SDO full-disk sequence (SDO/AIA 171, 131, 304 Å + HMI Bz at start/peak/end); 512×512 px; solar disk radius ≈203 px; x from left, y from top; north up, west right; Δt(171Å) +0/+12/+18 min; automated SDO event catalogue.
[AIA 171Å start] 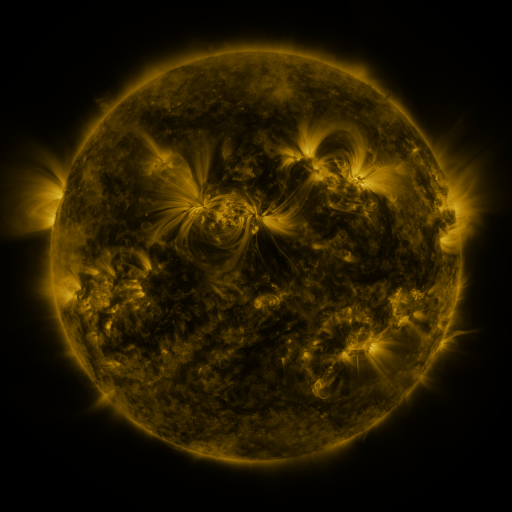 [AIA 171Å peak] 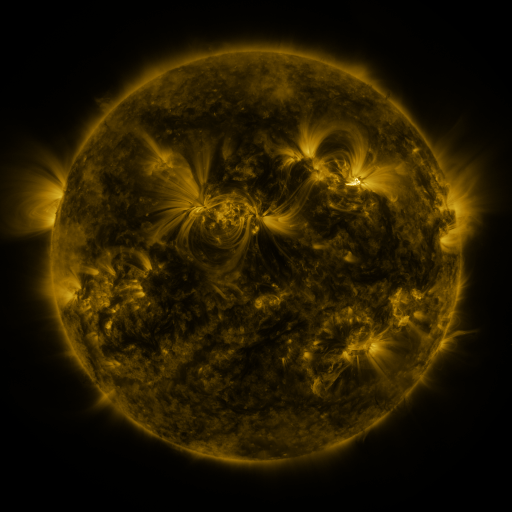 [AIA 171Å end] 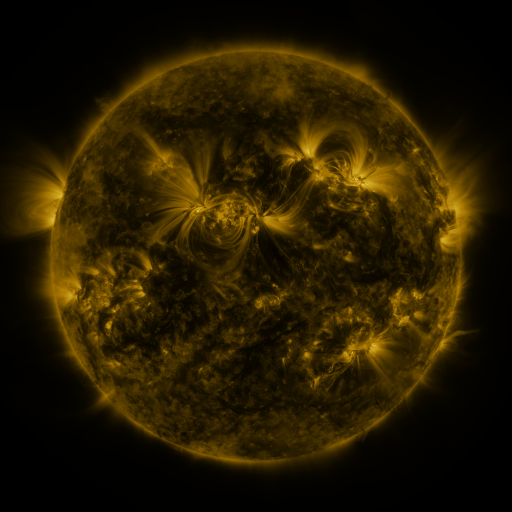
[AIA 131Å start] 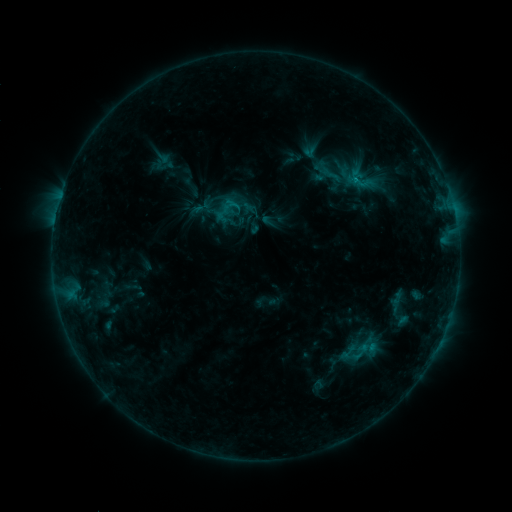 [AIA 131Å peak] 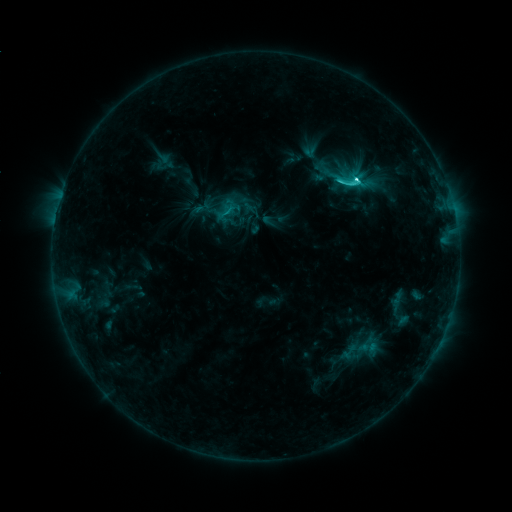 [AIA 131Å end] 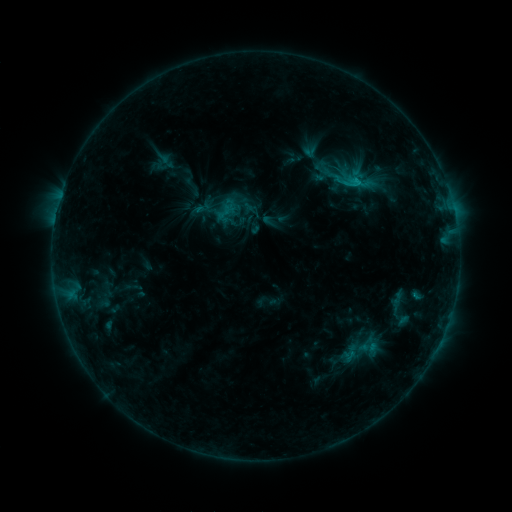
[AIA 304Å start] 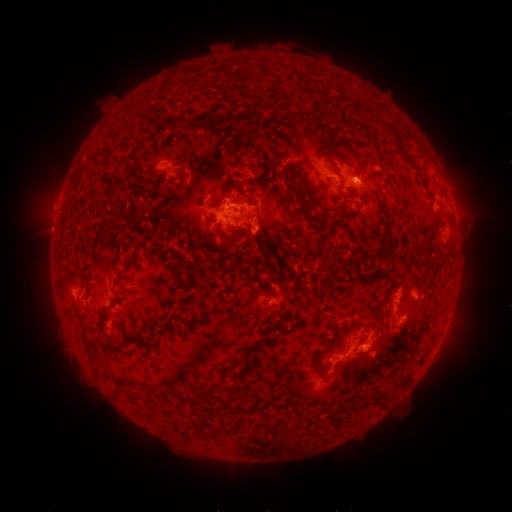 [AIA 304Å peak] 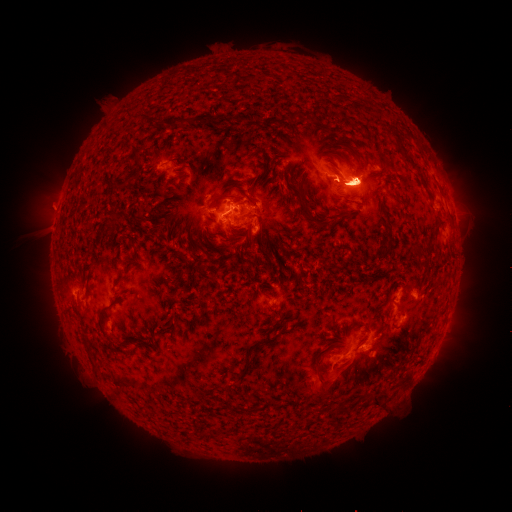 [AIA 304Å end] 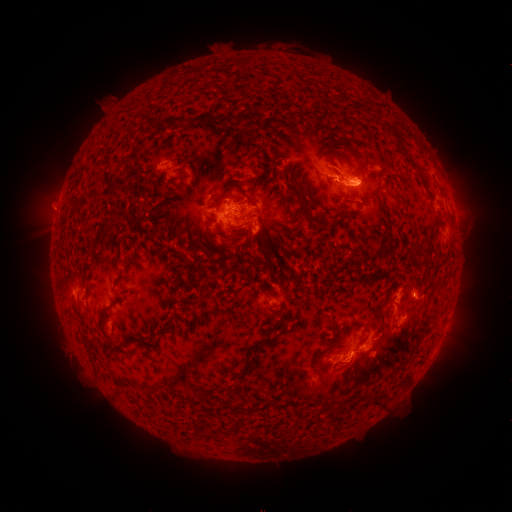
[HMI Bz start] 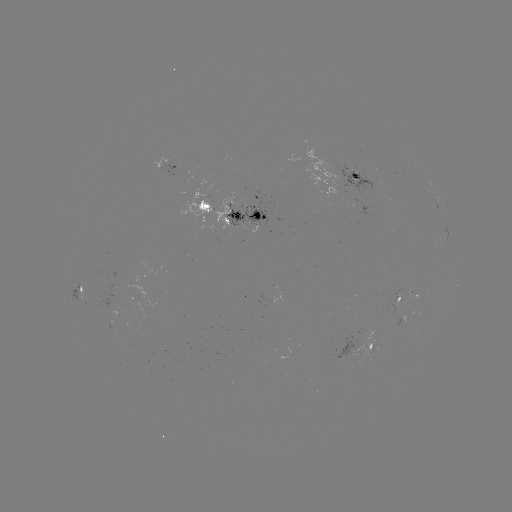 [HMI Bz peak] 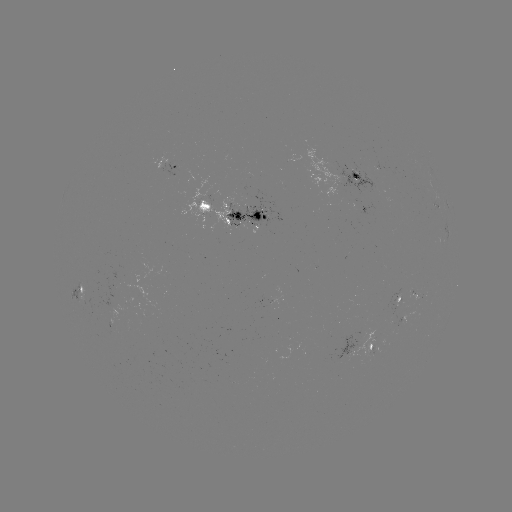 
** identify C6.5 flare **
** [355, 180] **